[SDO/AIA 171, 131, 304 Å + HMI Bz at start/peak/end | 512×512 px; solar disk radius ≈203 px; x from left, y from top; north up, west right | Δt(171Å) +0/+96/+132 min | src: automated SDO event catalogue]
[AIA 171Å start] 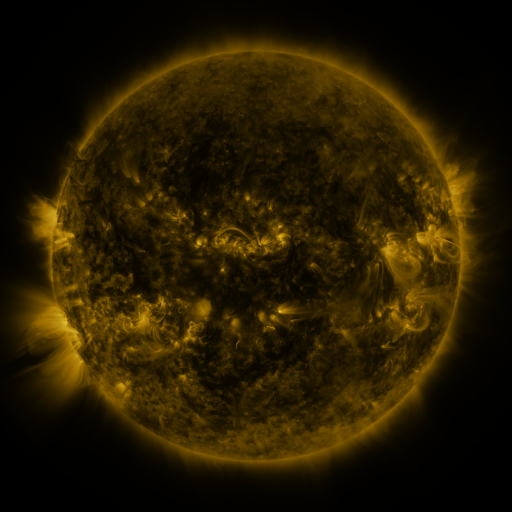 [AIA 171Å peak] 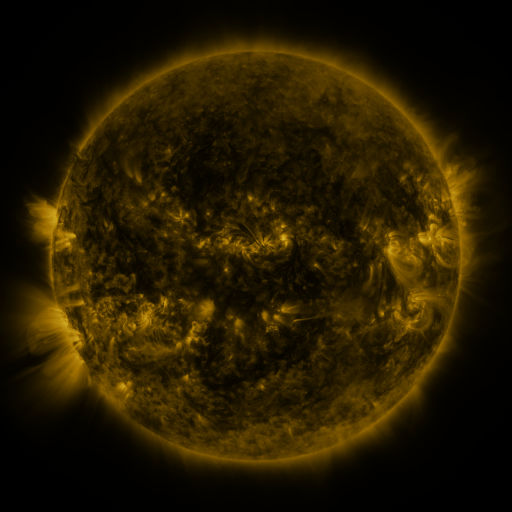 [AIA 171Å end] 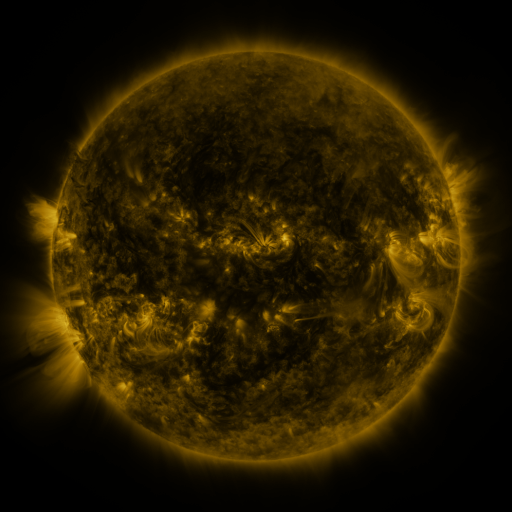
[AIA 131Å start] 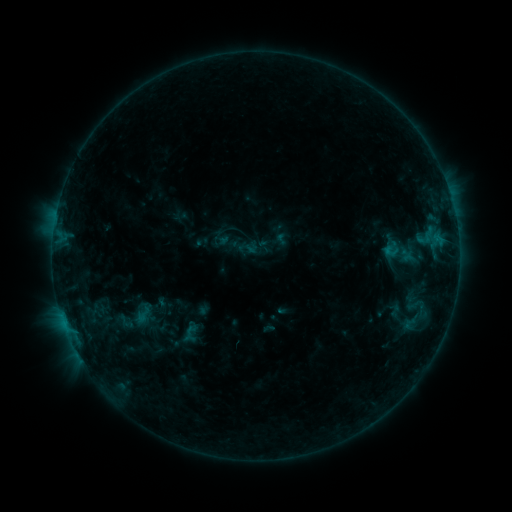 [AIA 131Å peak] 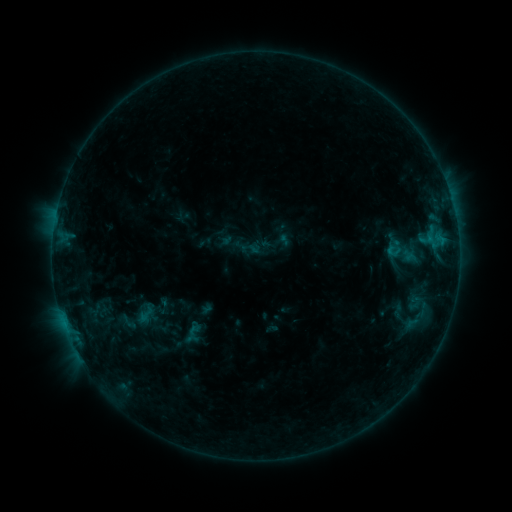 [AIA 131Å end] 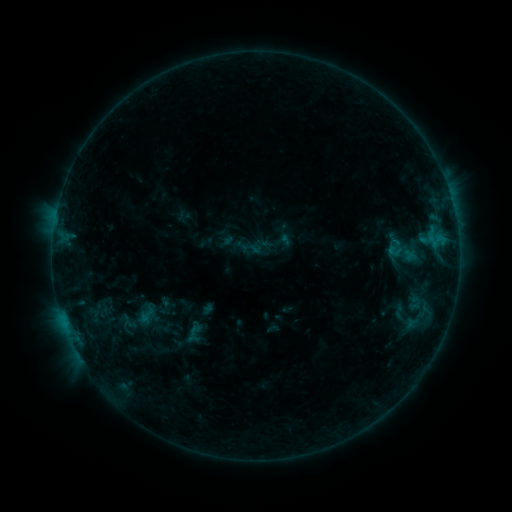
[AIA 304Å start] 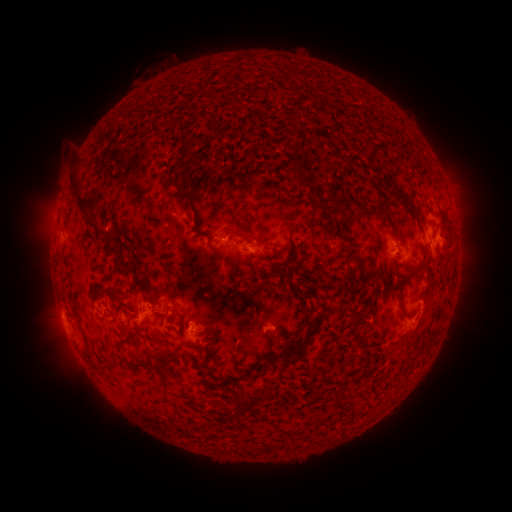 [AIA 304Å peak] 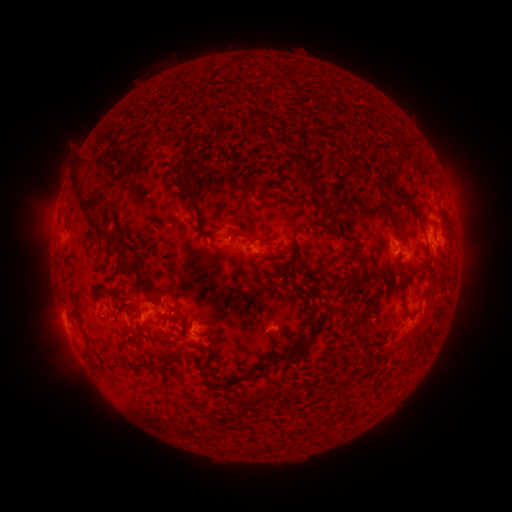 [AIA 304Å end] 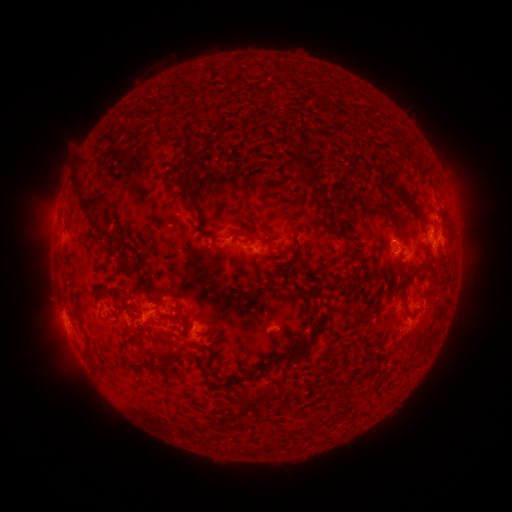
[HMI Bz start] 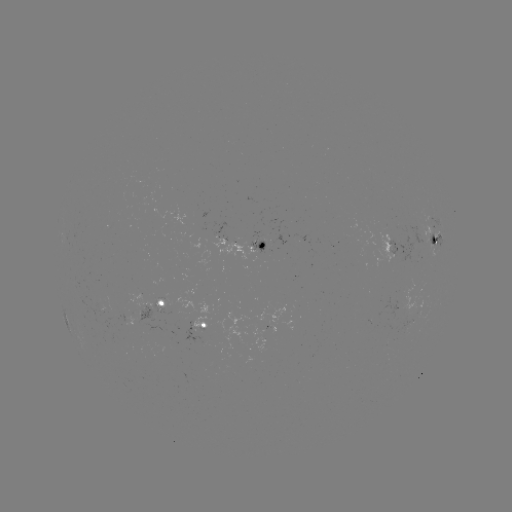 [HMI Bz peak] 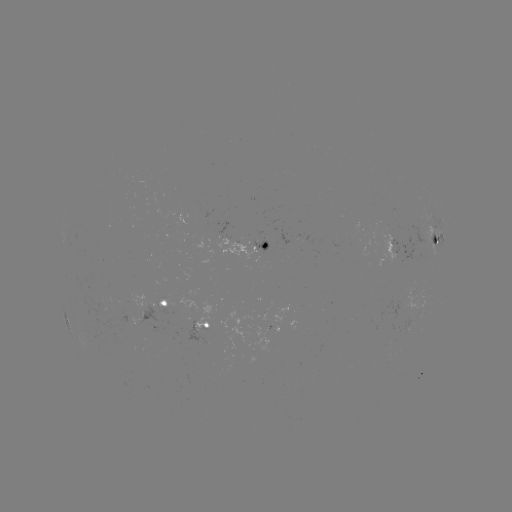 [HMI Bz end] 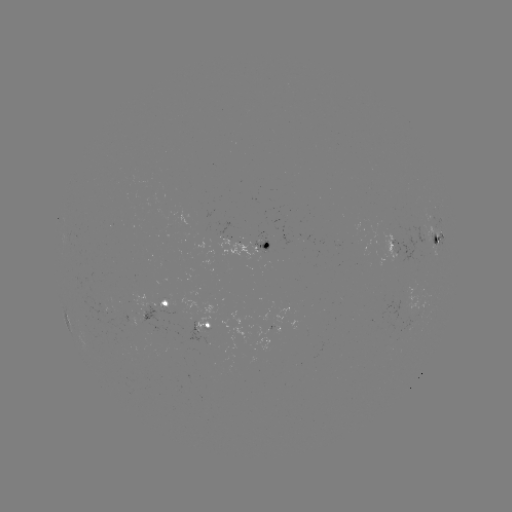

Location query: emerging-flux region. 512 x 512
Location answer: (160, 313).